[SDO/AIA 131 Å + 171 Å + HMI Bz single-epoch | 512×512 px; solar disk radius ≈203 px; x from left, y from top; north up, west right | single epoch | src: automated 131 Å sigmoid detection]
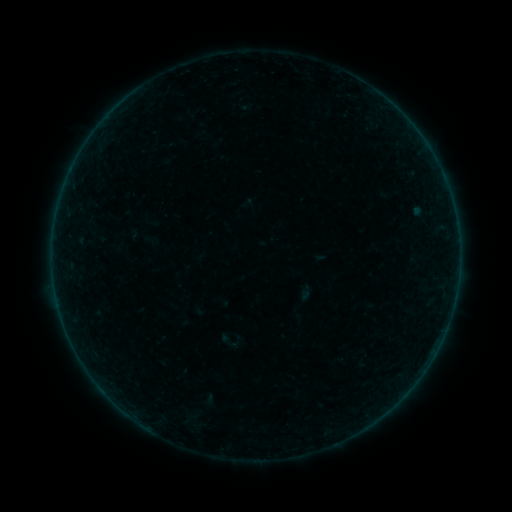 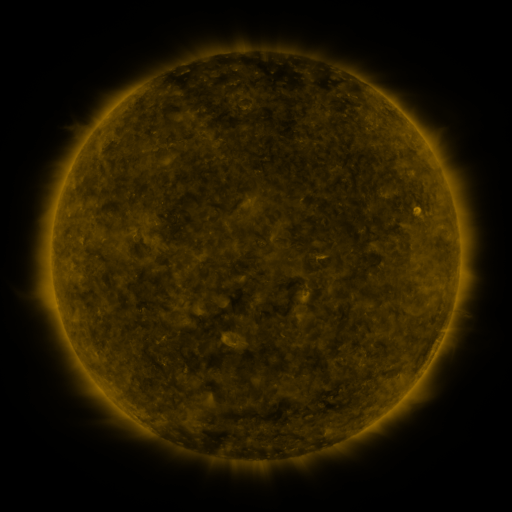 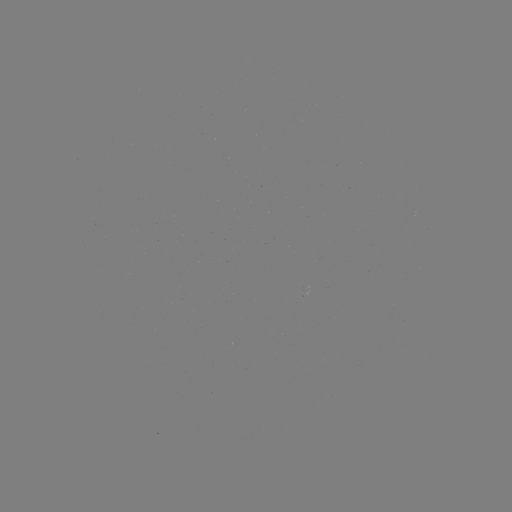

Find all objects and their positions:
sigmoid: <bbox>219, 333, 240, 351</bbox>
